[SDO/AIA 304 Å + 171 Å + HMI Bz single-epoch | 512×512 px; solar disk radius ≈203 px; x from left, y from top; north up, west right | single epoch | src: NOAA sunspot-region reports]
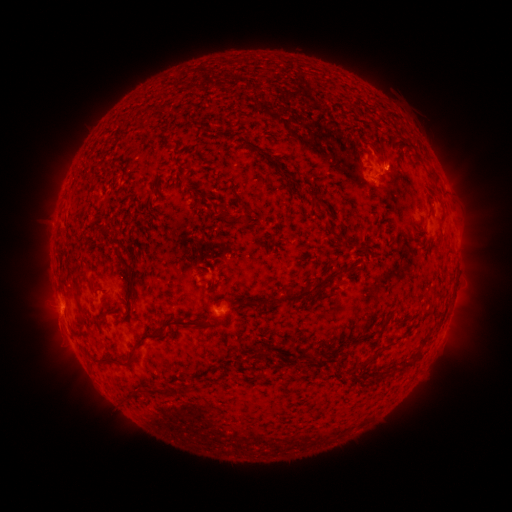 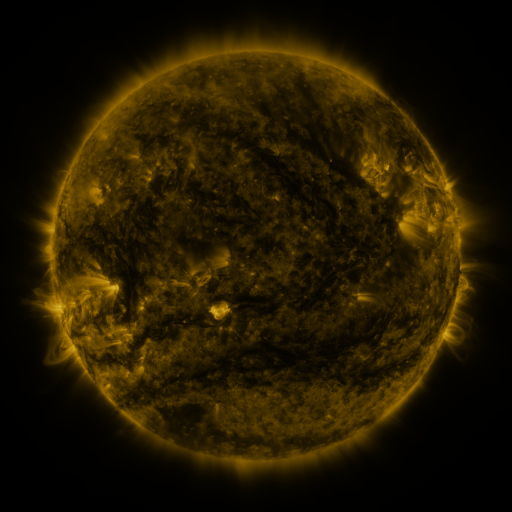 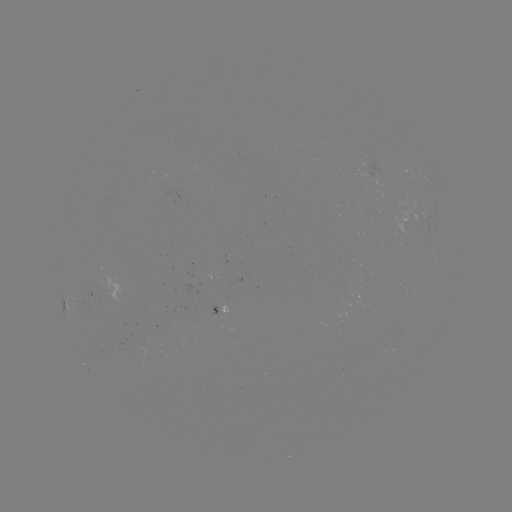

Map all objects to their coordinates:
spotted active region: (65, 305)
spotted active region: (219, 308)
